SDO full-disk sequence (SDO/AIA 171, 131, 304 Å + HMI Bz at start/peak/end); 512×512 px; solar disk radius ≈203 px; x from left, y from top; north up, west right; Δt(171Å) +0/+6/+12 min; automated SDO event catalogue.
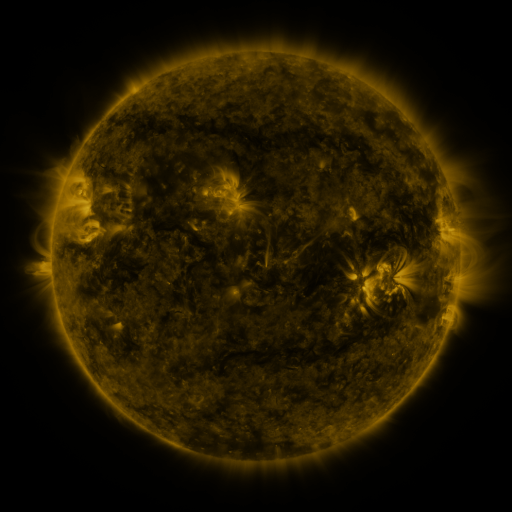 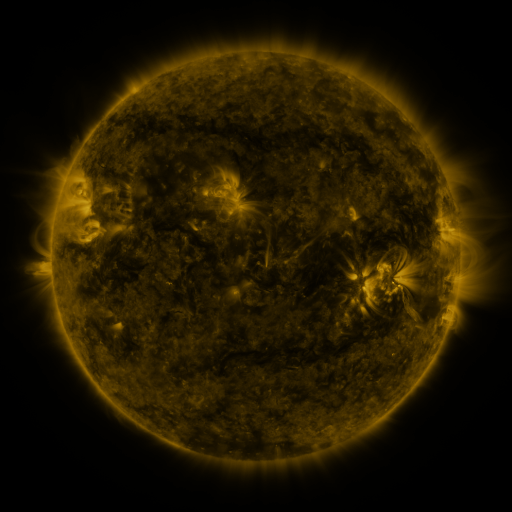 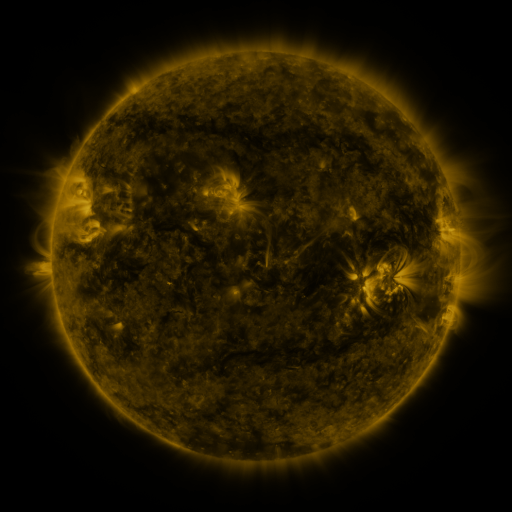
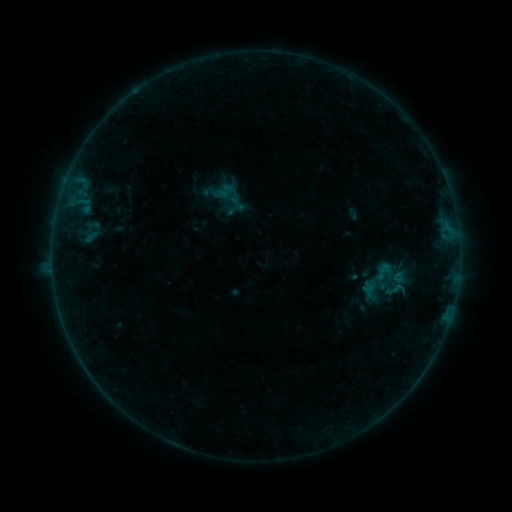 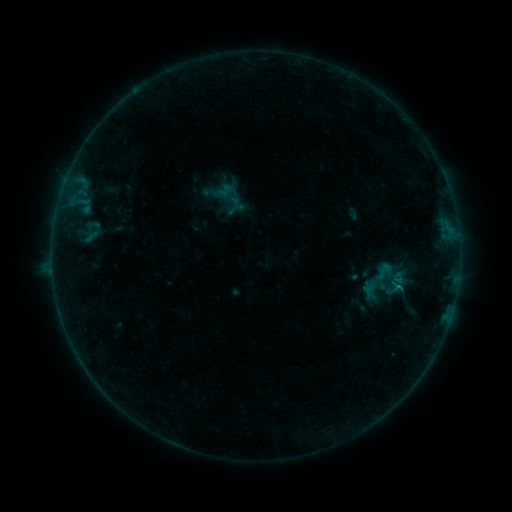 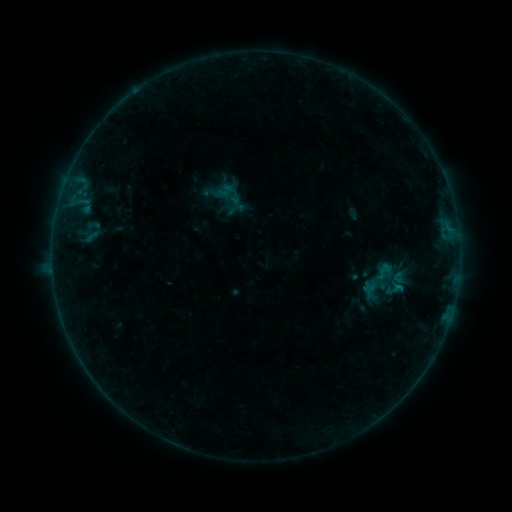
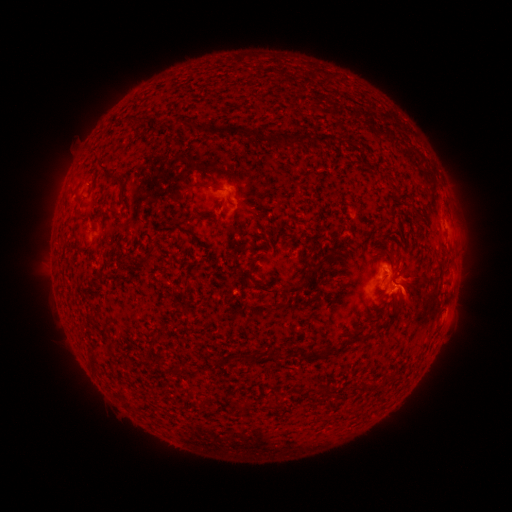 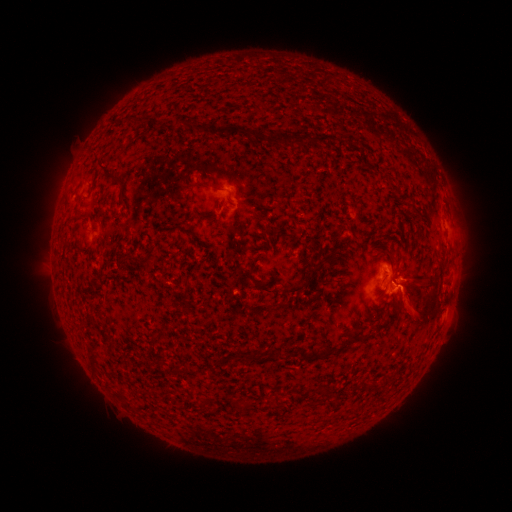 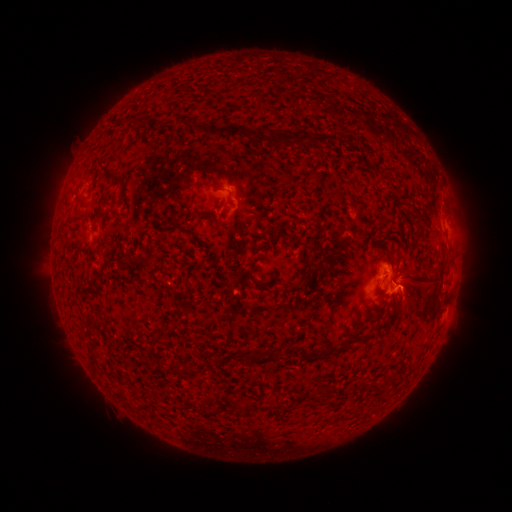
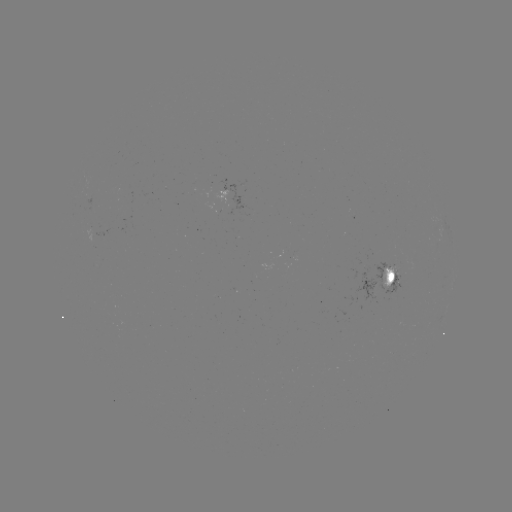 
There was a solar flare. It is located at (395, 283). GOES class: B3.4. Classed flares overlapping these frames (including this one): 1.